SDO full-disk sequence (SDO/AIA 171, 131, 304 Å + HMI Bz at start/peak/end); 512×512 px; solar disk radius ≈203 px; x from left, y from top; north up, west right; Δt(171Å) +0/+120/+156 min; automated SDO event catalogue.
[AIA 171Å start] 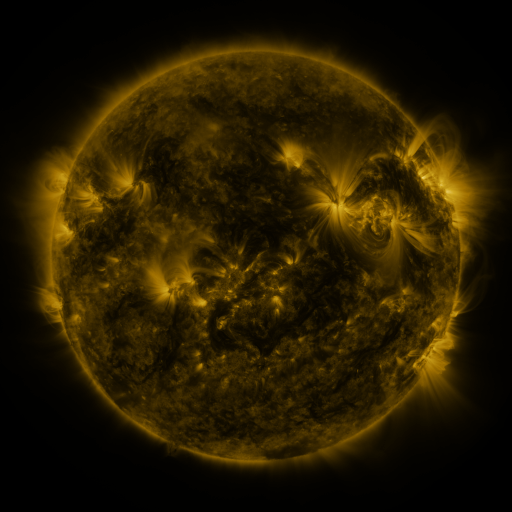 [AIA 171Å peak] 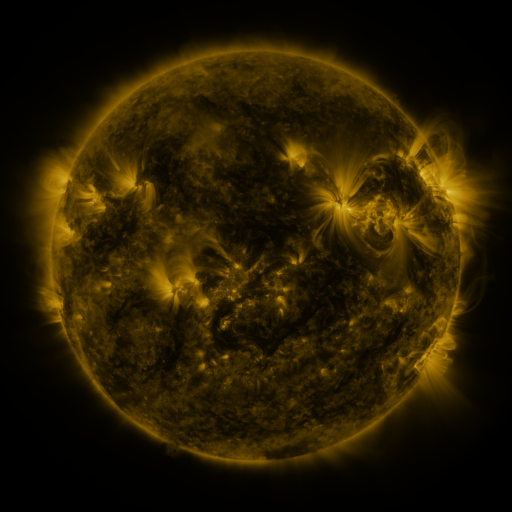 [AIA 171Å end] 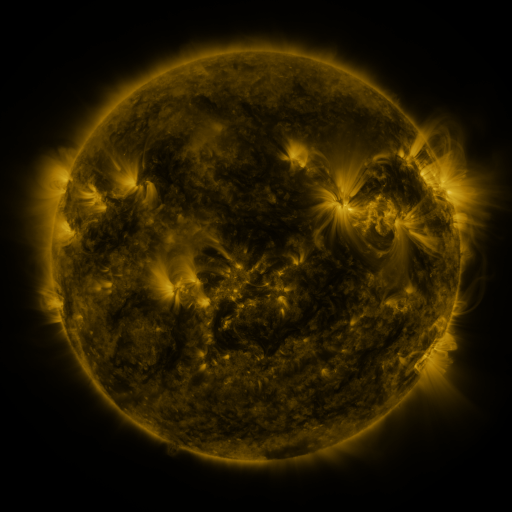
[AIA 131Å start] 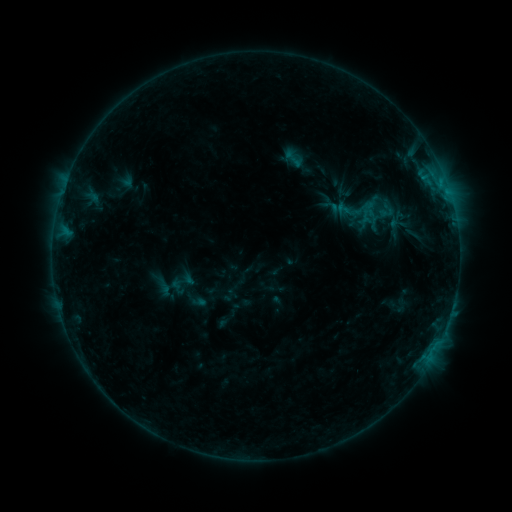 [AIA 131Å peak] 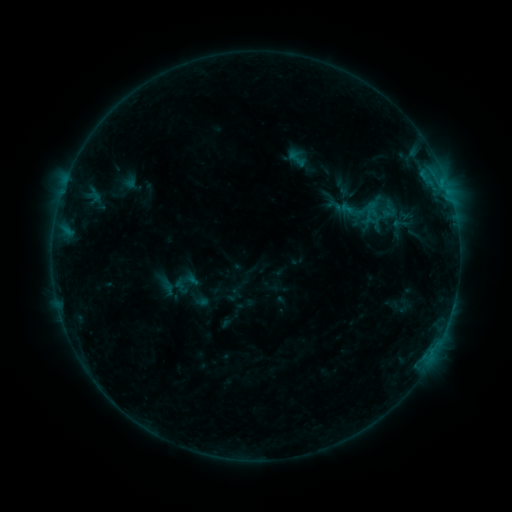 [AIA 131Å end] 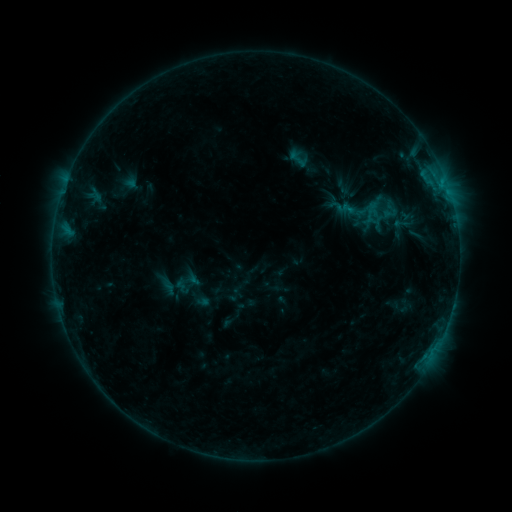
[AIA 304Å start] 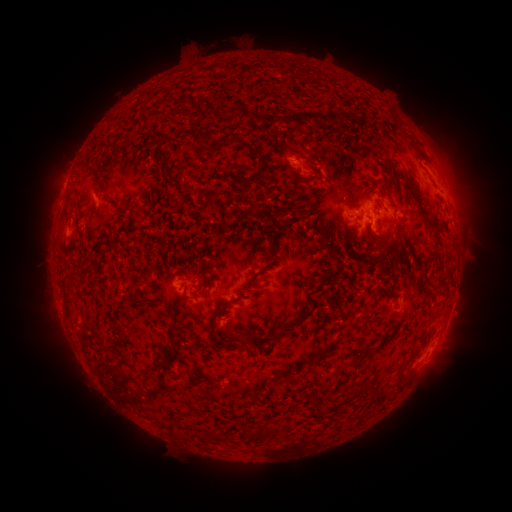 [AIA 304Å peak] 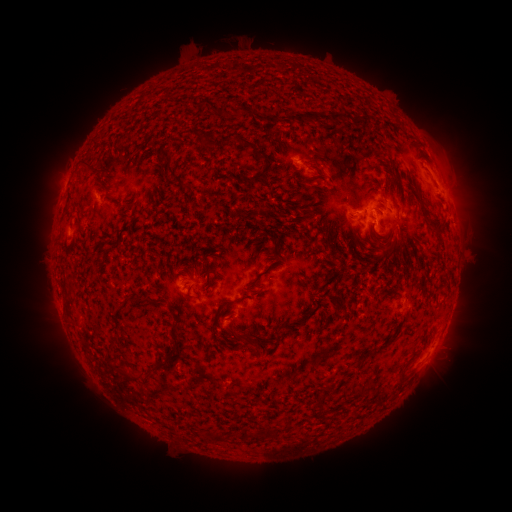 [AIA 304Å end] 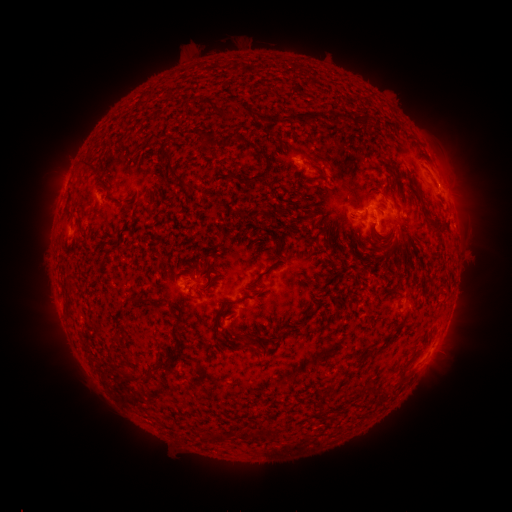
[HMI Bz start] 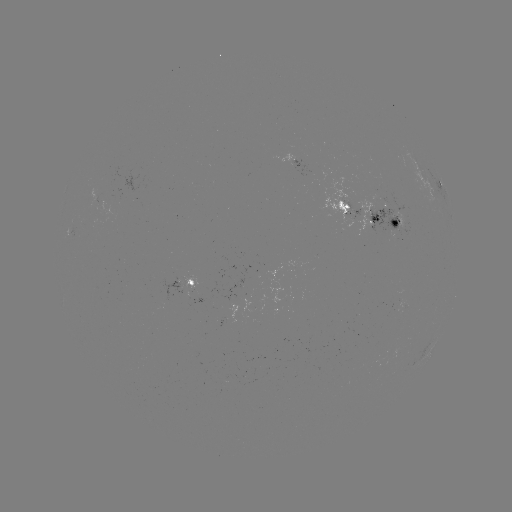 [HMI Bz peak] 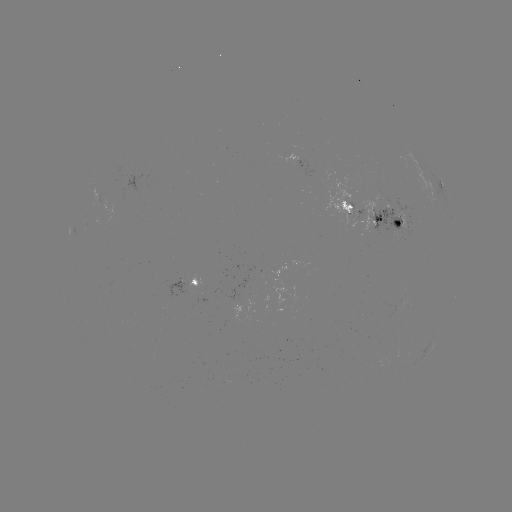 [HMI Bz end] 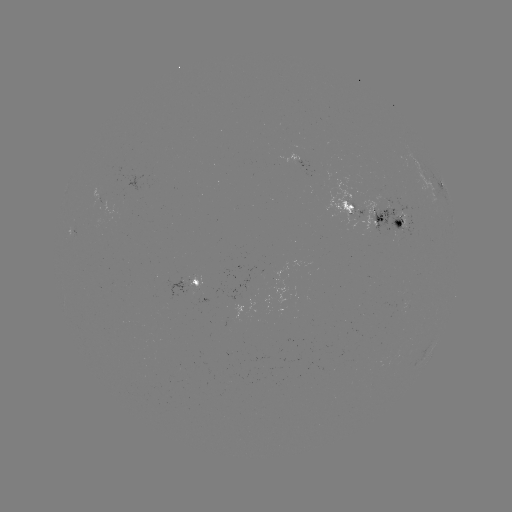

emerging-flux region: [187, 276, 202, 292]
